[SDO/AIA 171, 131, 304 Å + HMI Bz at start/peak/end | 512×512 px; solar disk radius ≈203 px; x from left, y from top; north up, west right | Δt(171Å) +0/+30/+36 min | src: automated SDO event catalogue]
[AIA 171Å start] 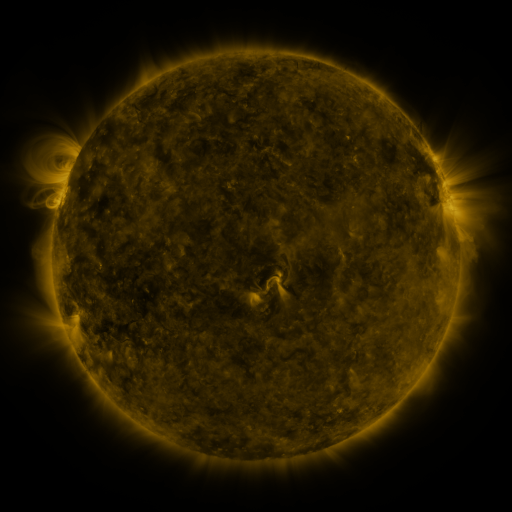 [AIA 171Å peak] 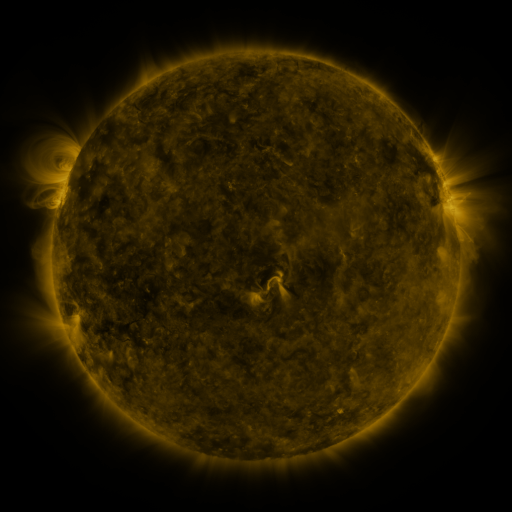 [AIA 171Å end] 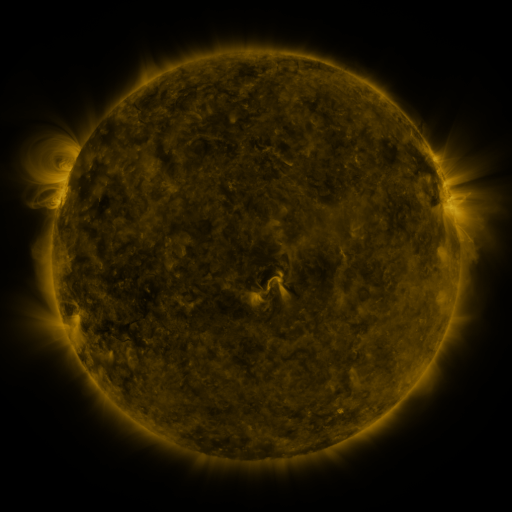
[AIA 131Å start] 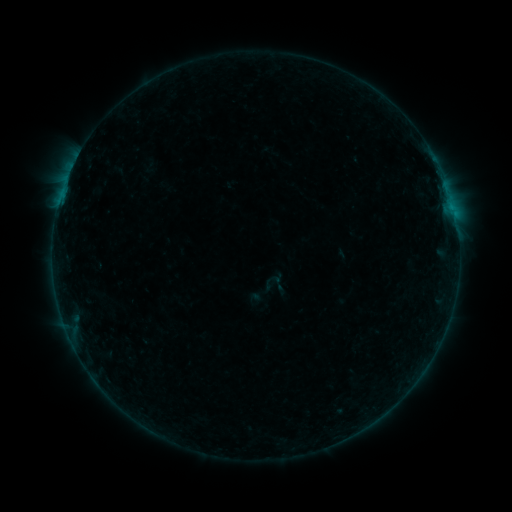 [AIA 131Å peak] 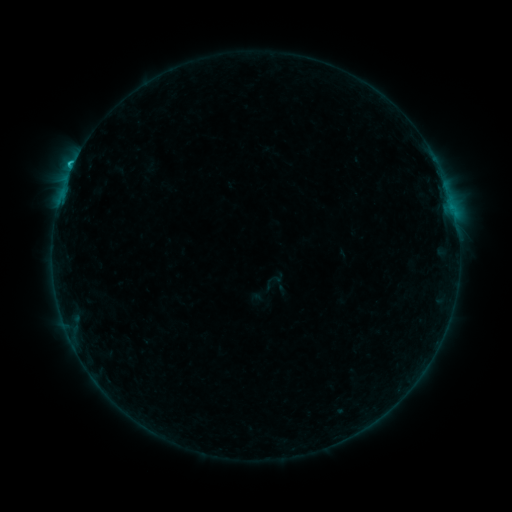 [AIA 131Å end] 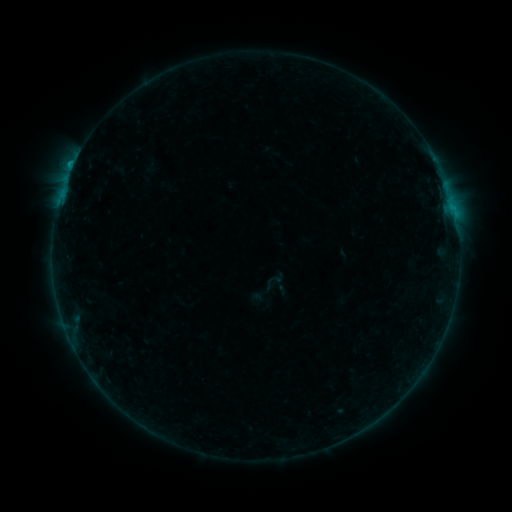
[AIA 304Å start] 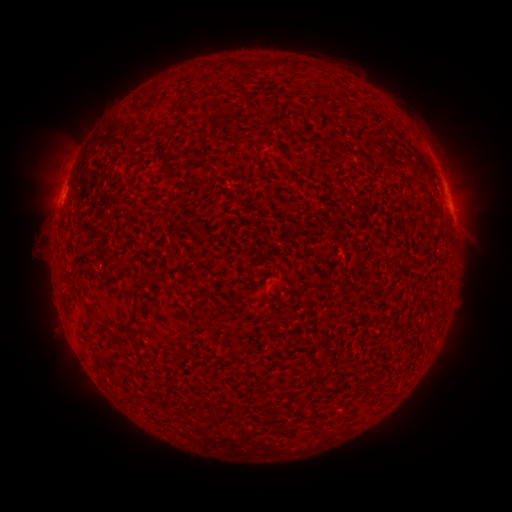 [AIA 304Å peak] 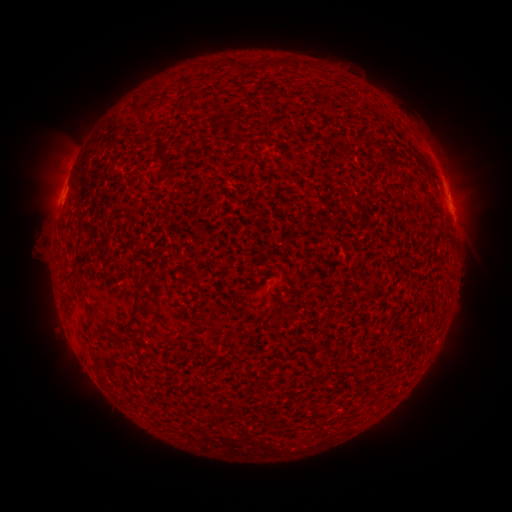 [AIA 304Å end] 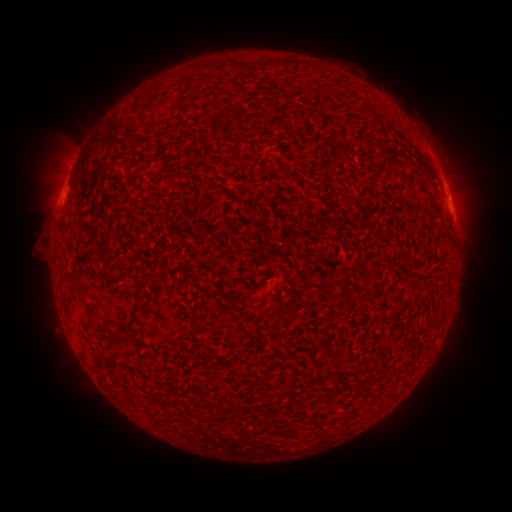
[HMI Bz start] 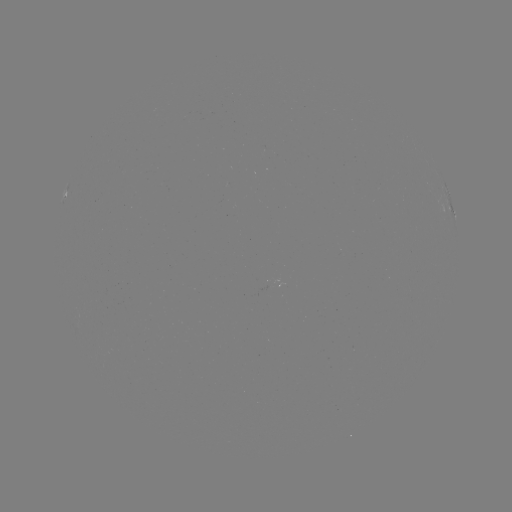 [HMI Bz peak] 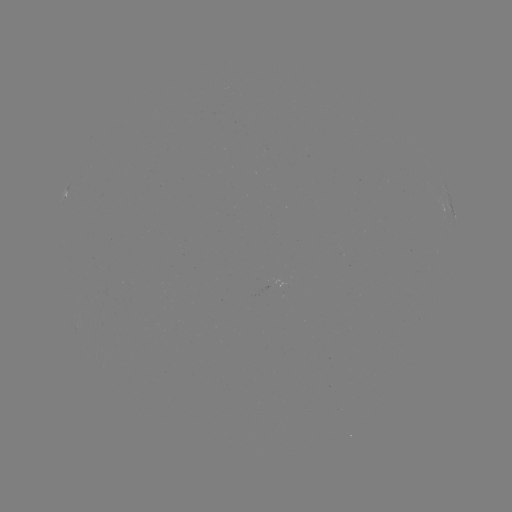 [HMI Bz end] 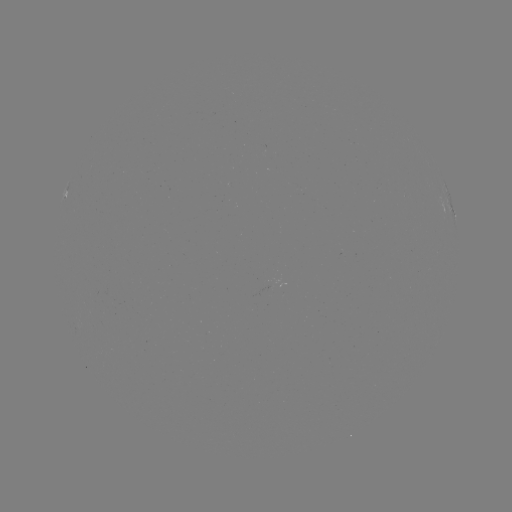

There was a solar flare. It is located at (451, 212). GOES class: B8.5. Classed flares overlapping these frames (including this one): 1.